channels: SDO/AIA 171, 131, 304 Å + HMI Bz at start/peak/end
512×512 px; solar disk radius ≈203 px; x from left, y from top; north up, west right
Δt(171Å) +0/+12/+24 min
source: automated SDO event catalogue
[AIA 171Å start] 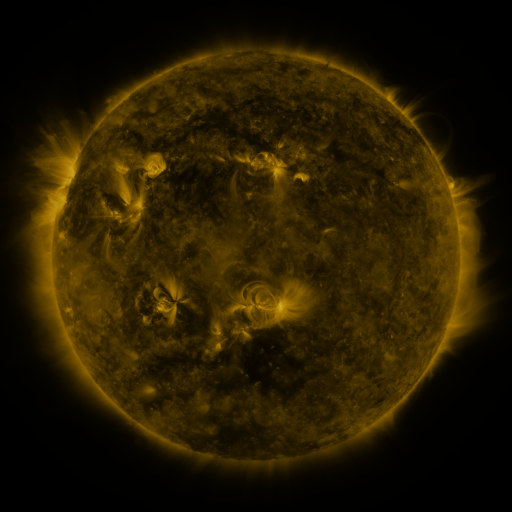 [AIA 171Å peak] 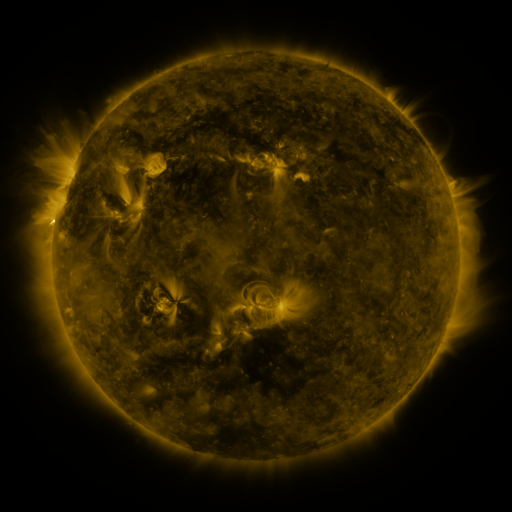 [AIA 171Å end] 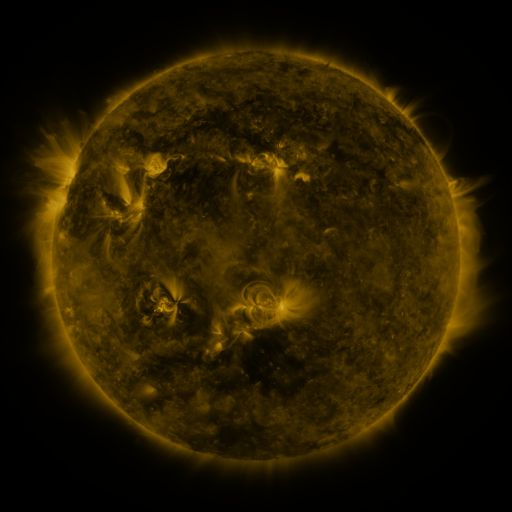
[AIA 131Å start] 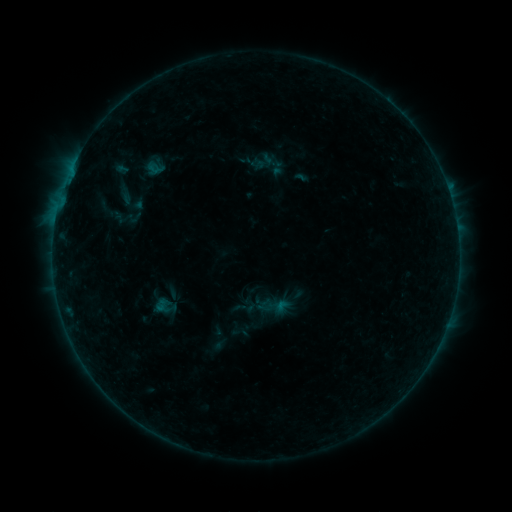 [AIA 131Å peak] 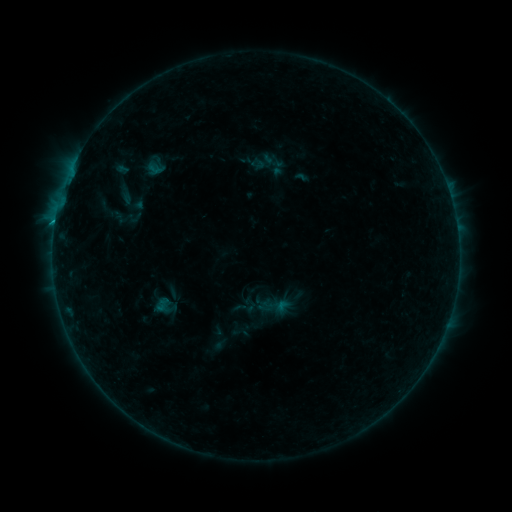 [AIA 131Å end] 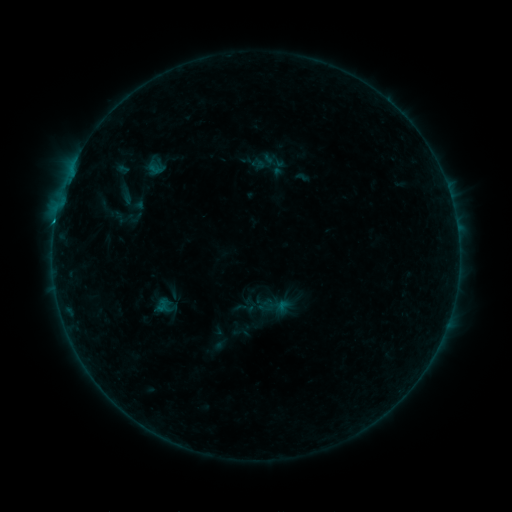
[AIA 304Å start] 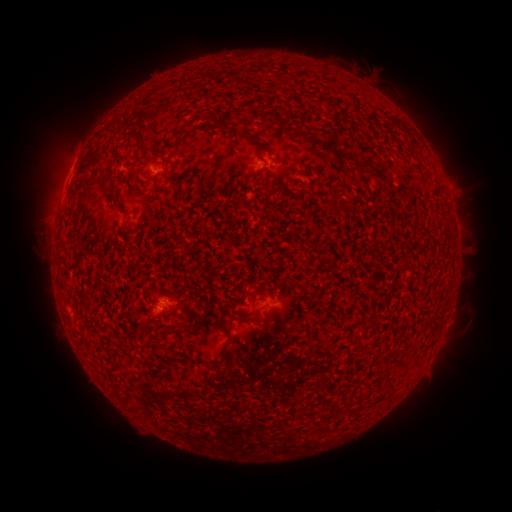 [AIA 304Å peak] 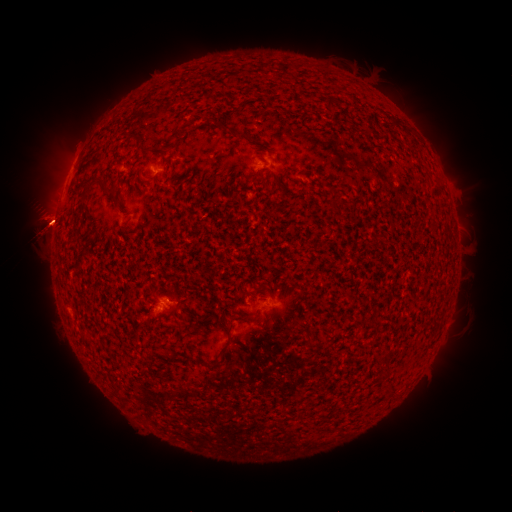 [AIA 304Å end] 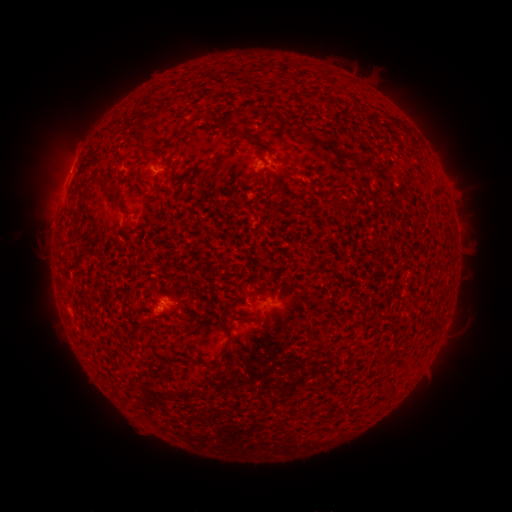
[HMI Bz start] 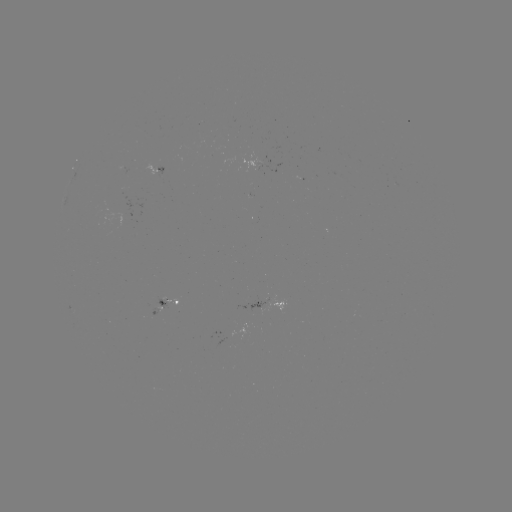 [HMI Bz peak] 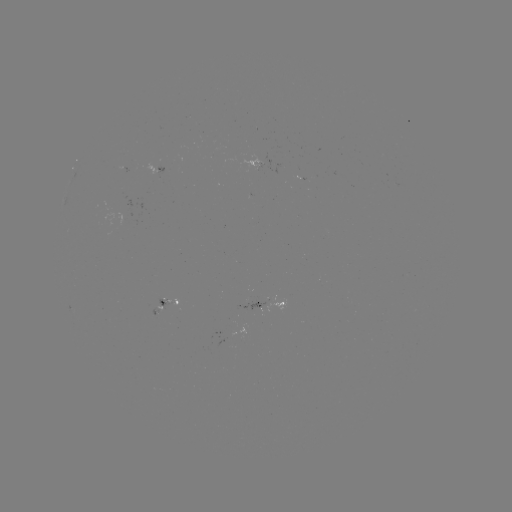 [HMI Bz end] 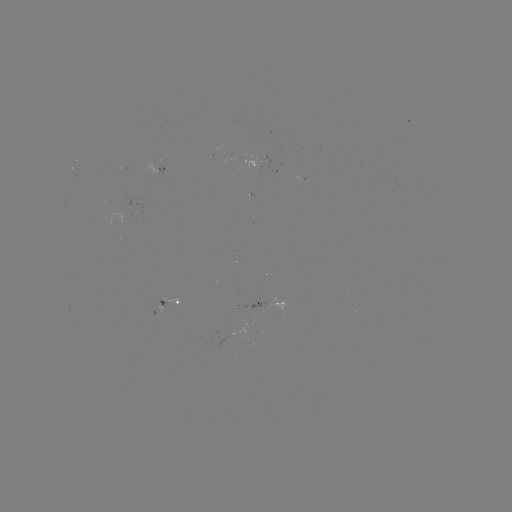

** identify eruption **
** (44, 223) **